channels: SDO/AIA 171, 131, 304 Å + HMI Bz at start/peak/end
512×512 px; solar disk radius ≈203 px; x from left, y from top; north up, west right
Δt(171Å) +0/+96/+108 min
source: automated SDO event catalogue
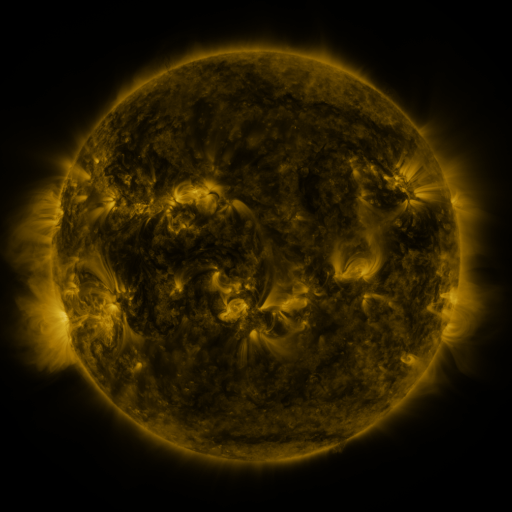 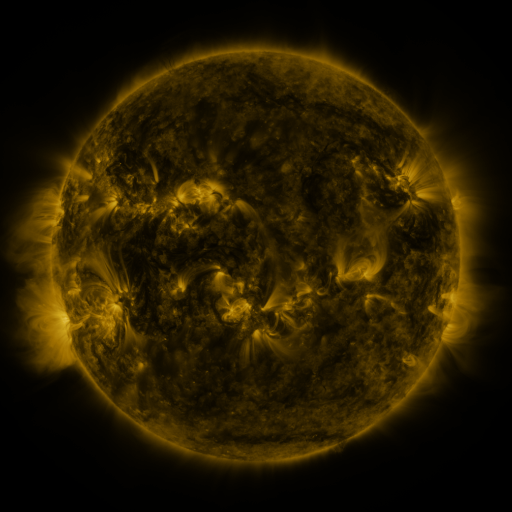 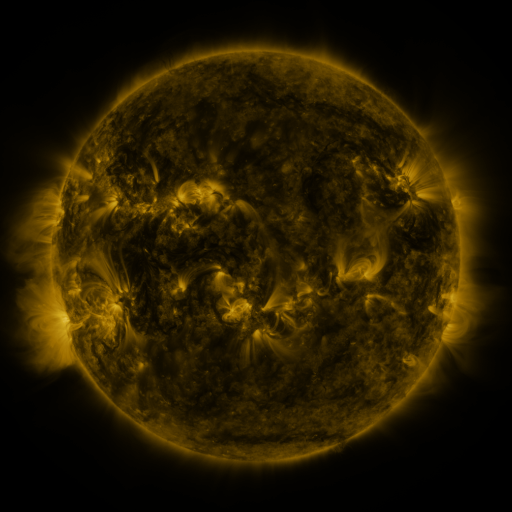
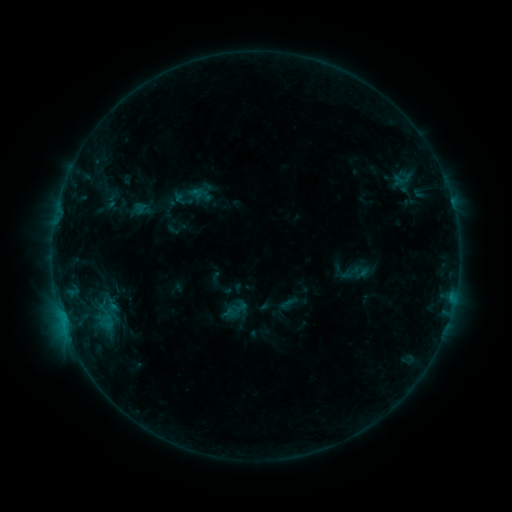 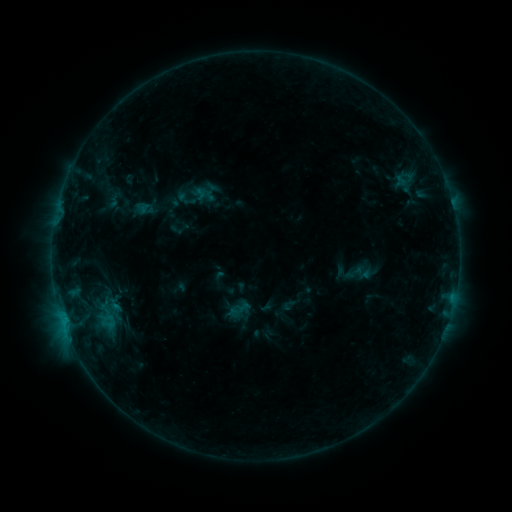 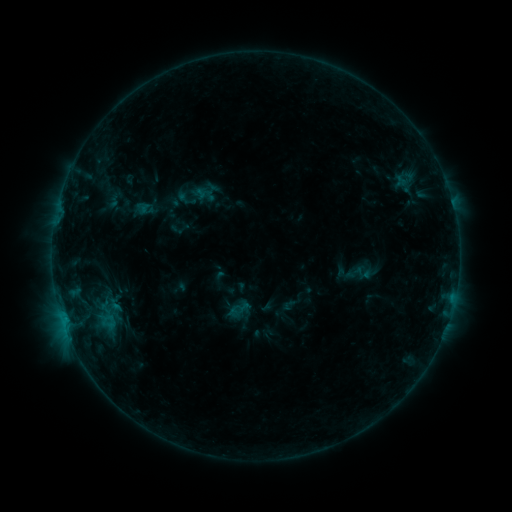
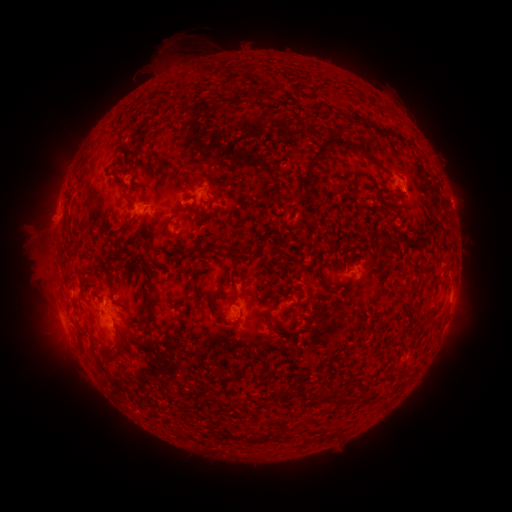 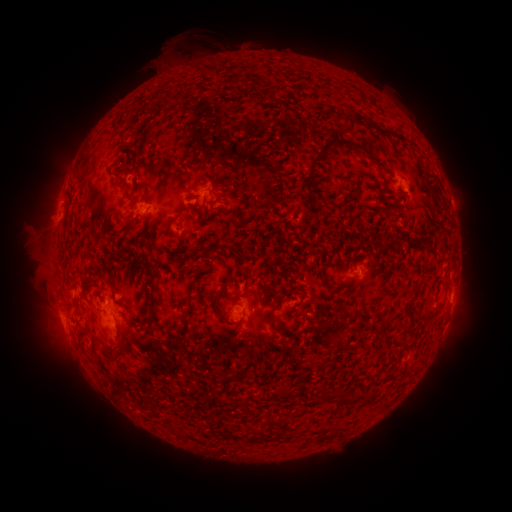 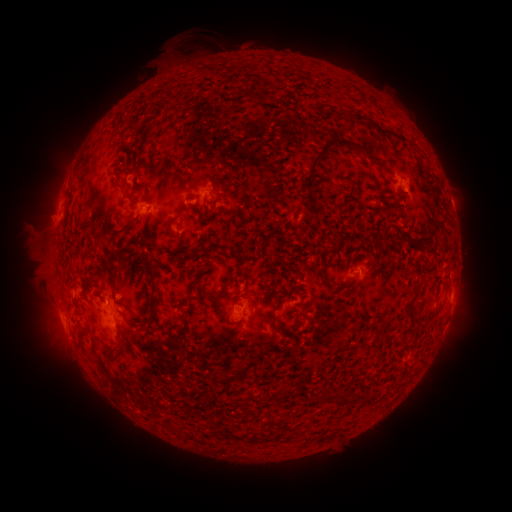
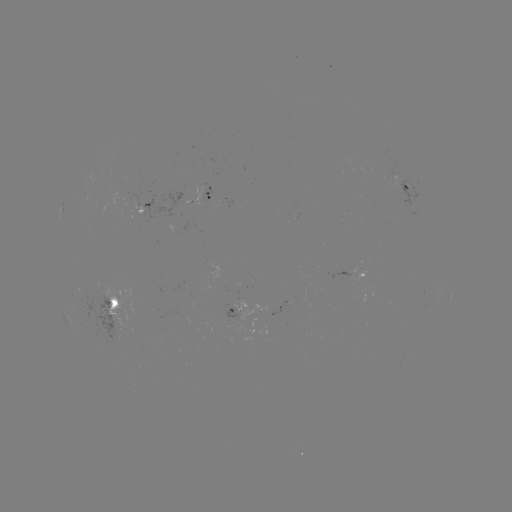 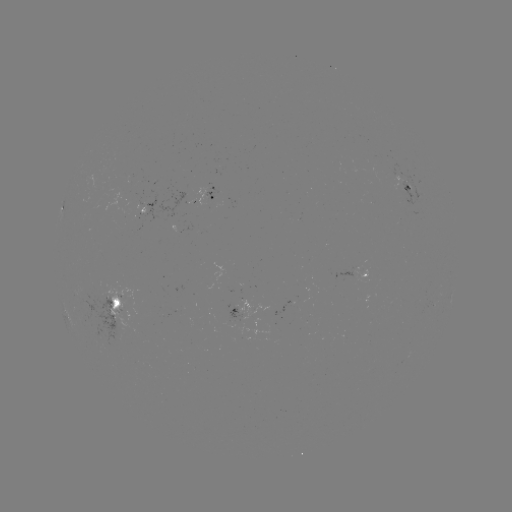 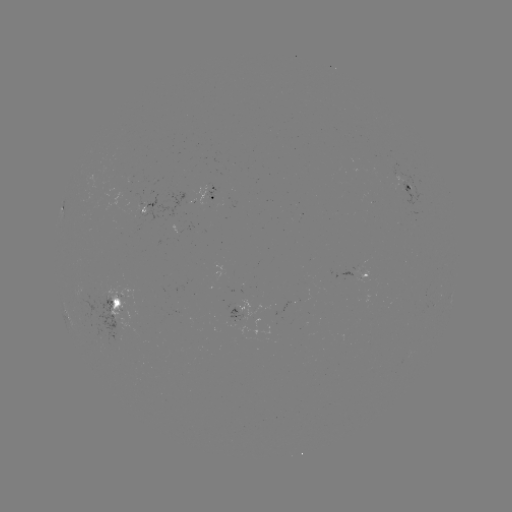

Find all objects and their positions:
emerging-flux region: (177, 203)
